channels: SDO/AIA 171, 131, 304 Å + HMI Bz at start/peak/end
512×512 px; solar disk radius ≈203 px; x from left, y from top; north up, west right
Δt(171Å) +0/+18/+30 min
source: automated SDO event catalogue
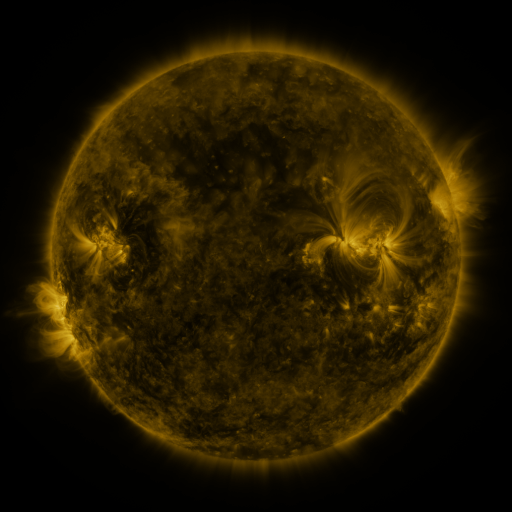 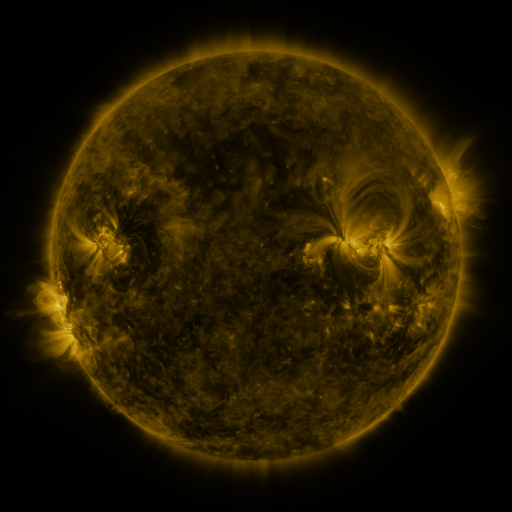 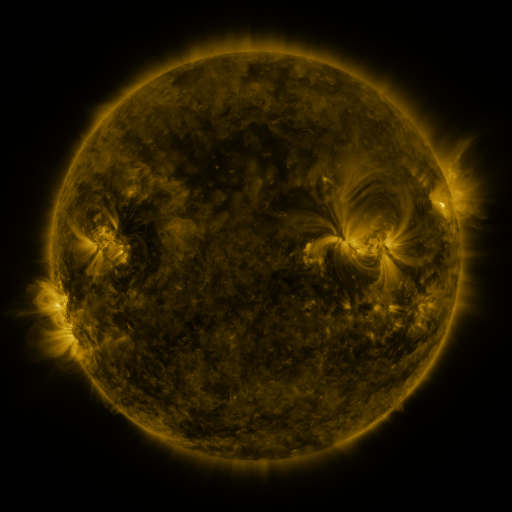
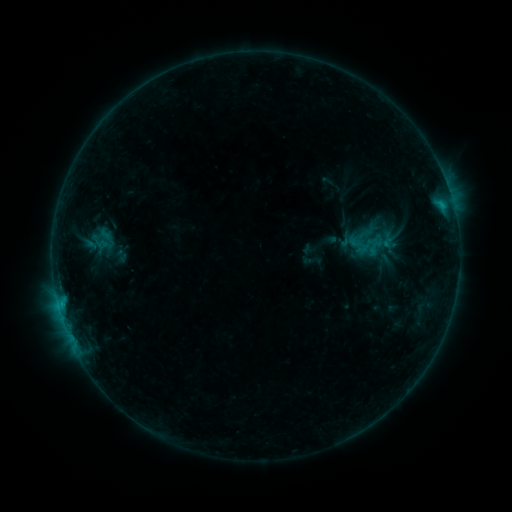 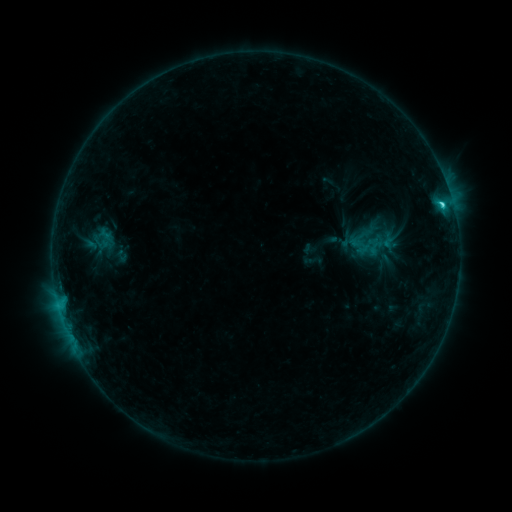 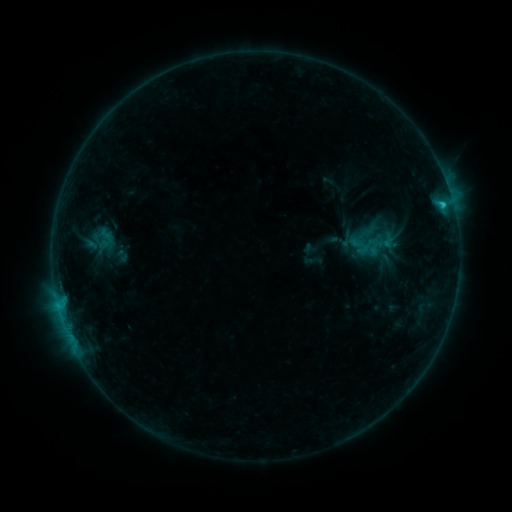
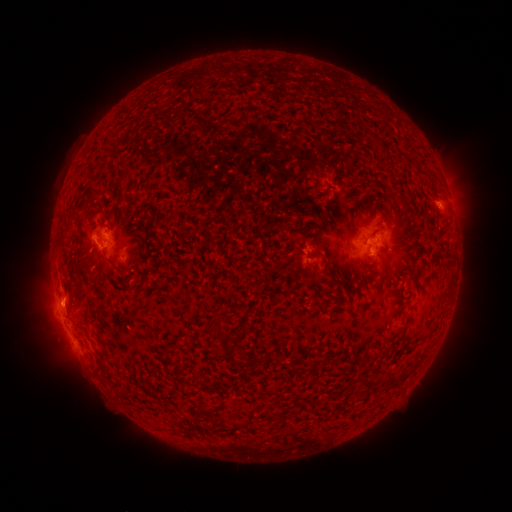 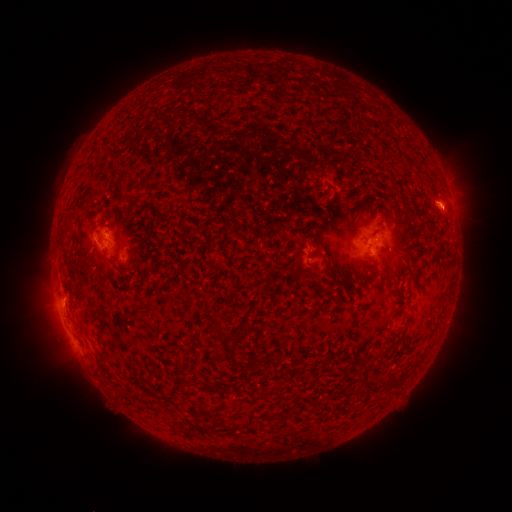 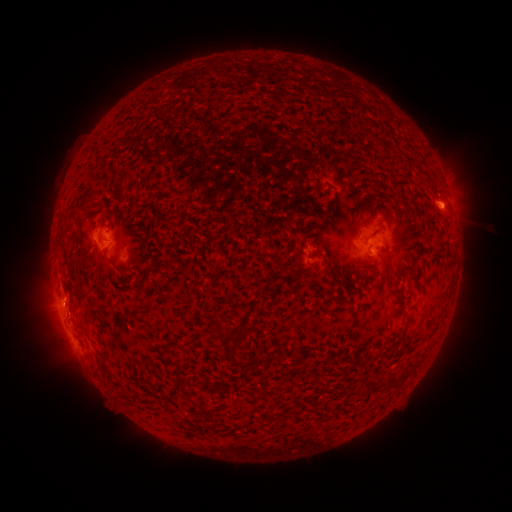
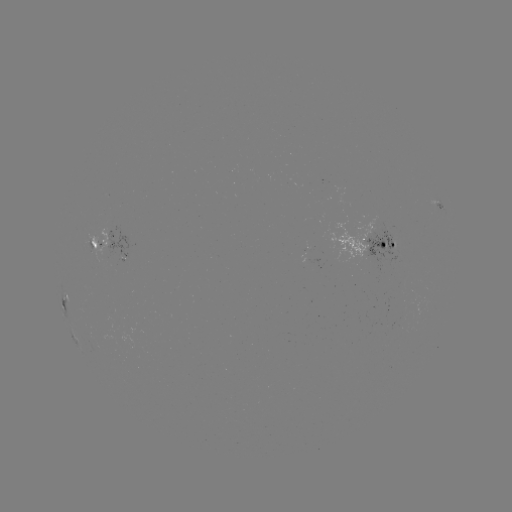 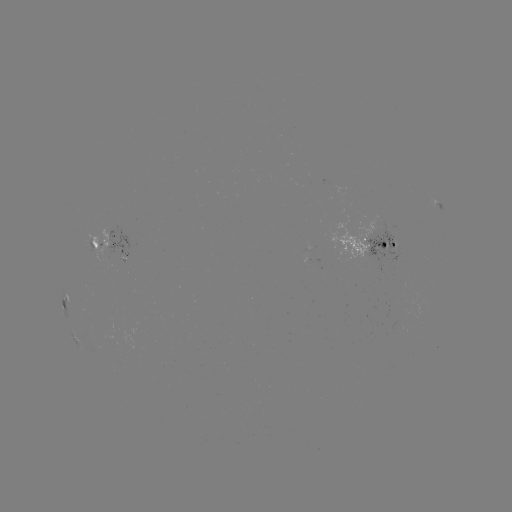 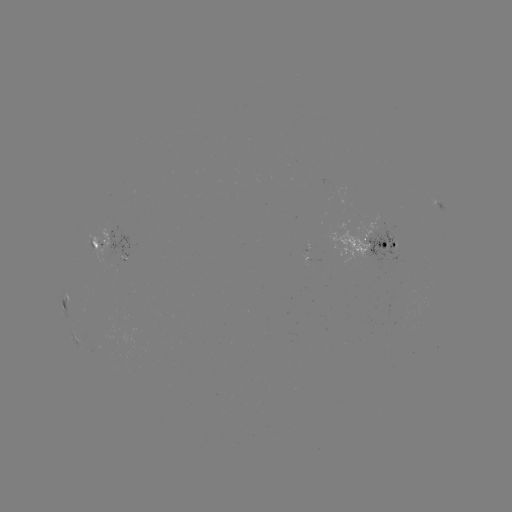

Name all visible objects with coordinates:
C1.6 flare: (442, 207)
